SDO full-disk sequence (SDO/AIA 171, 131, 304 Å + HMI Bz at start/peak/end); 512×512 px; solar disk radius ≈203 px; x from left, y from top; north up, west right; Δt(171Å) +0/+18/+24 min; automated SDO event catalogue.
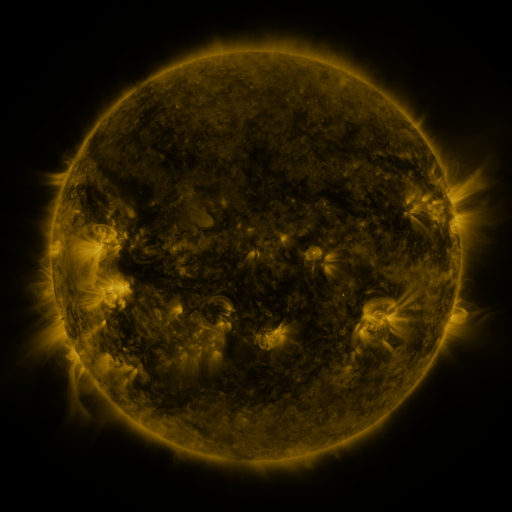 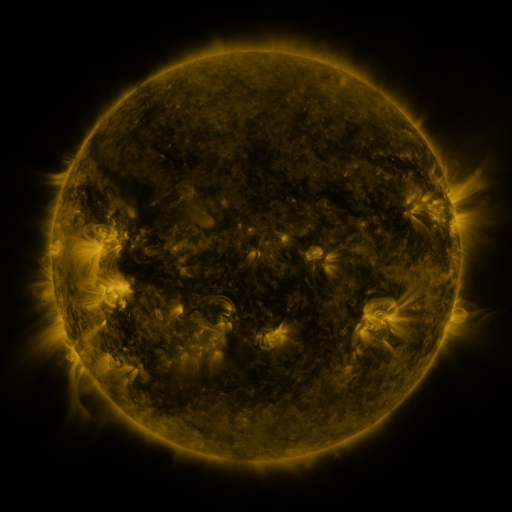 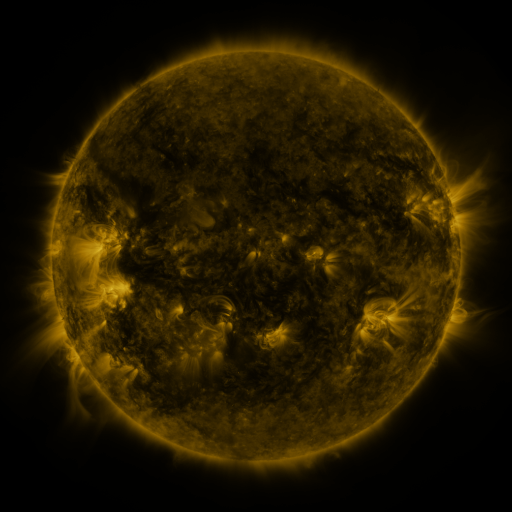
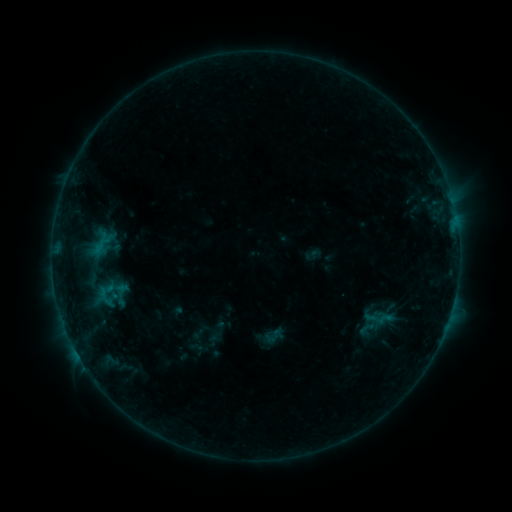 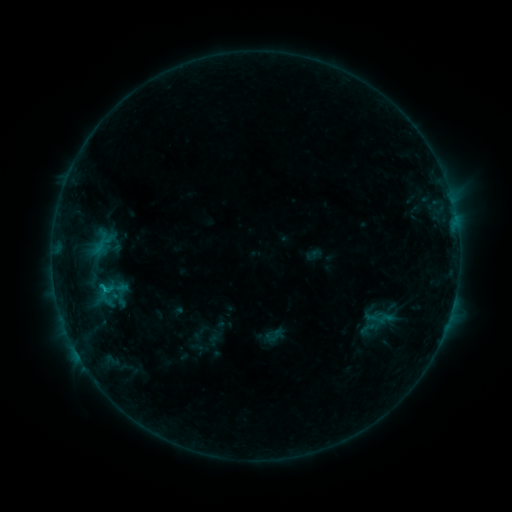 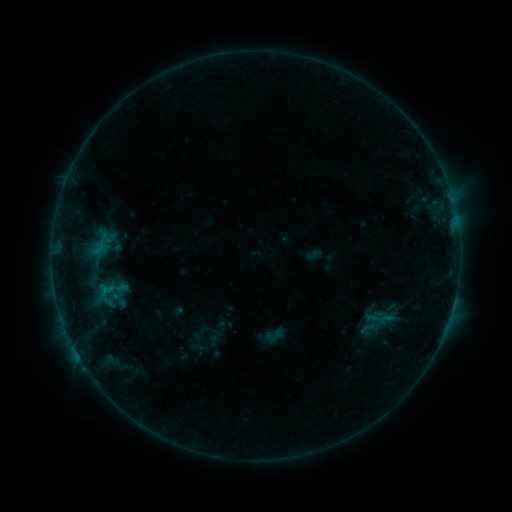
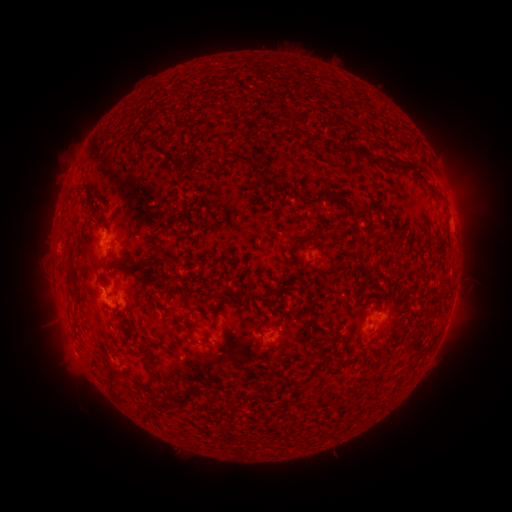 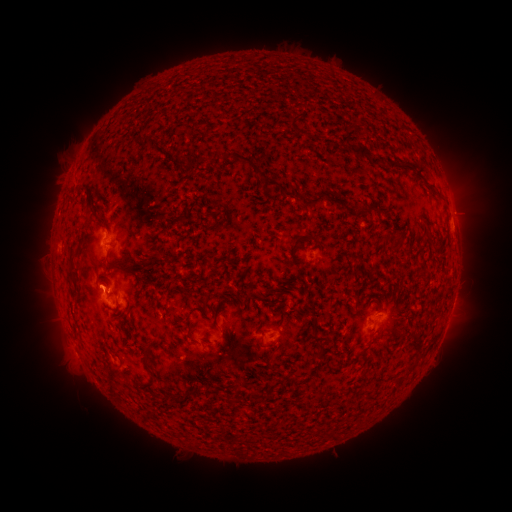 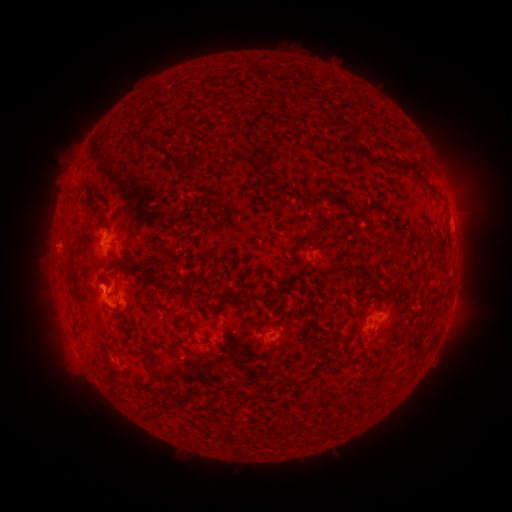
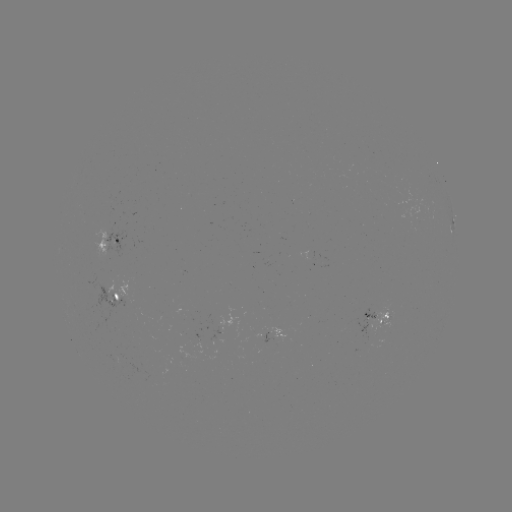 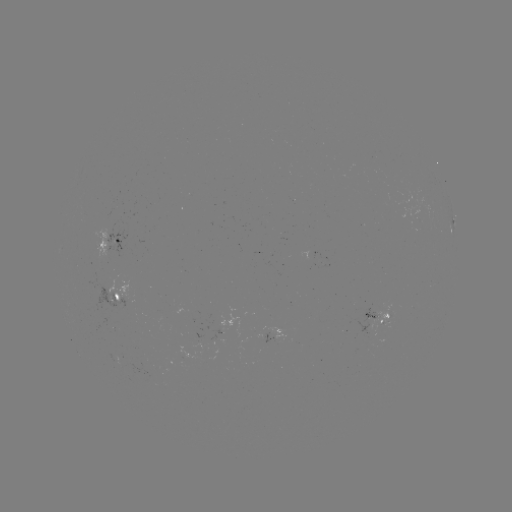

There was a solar flare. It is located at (107, 289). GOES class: B4.9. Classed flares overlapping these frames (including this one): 1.